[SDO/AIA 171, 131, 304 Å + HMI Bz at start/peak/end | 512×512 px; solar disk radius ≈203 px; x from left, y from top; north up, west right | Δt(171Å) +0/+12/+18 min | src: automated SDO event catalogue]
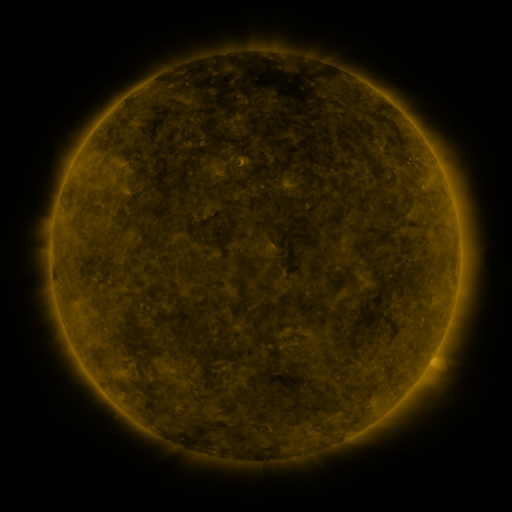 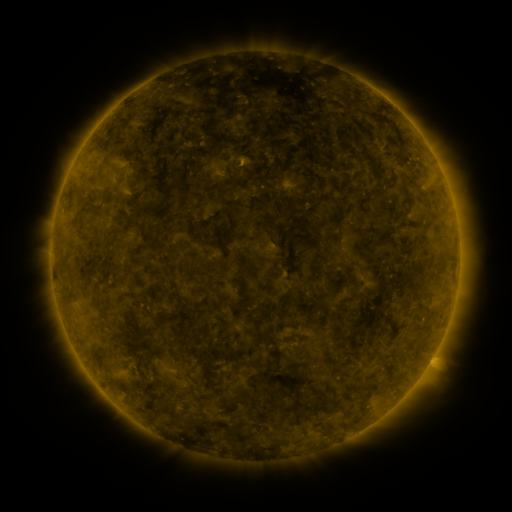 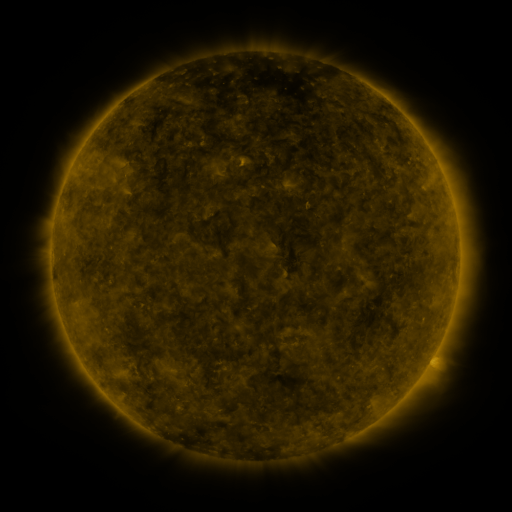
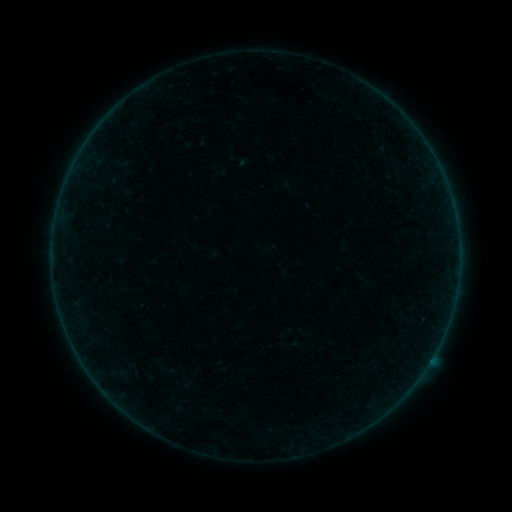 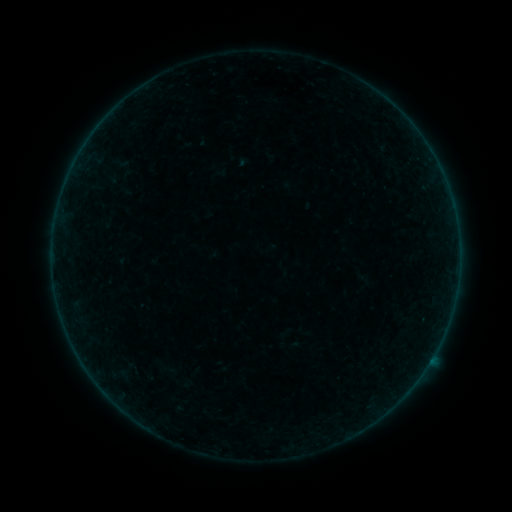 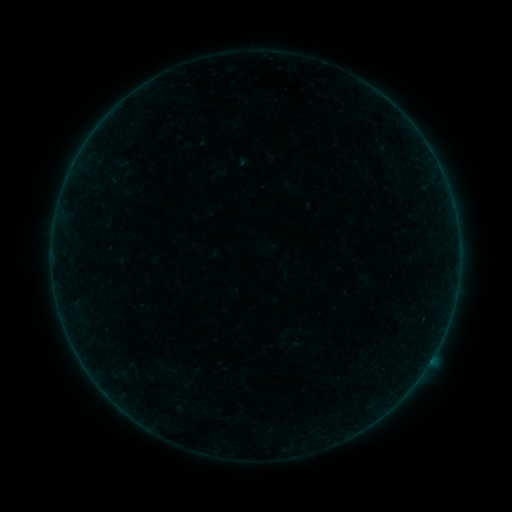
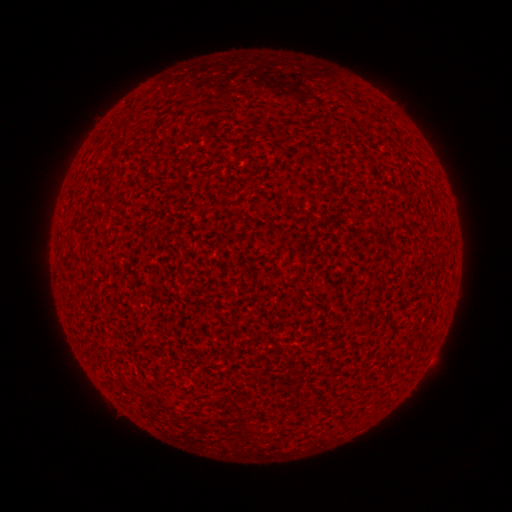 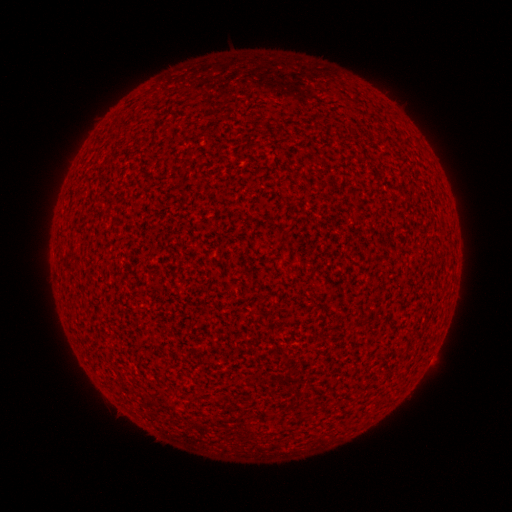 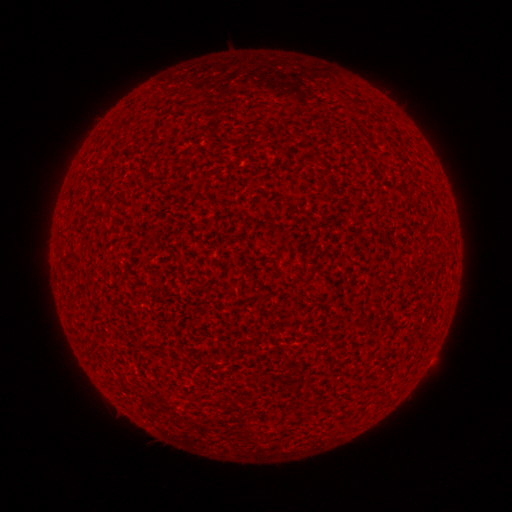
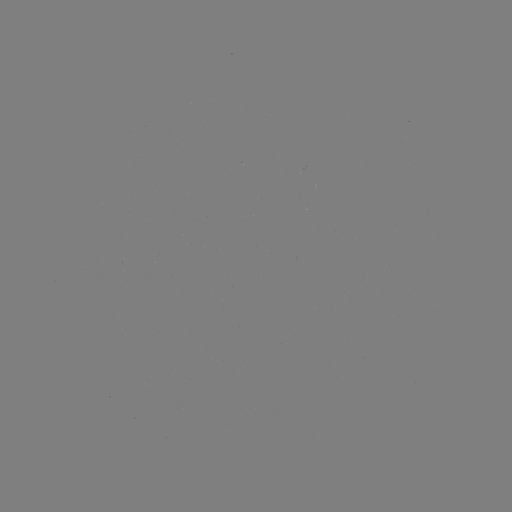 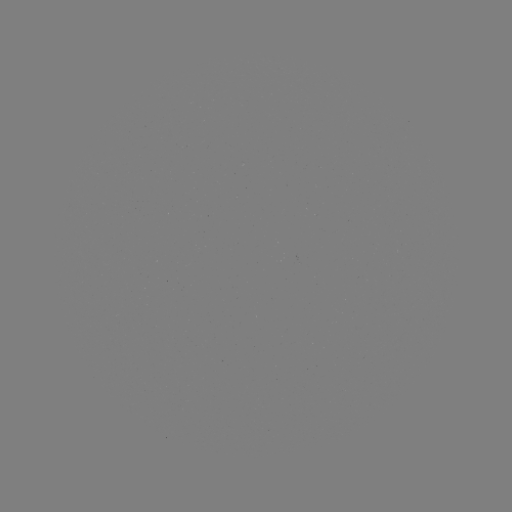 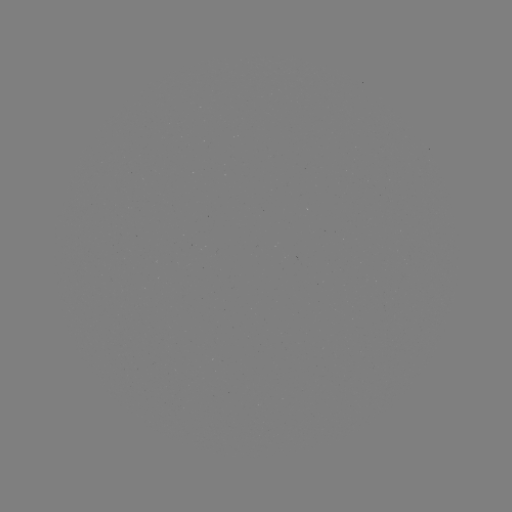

no classed flare was catalogued and no EUV brightening was flagged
